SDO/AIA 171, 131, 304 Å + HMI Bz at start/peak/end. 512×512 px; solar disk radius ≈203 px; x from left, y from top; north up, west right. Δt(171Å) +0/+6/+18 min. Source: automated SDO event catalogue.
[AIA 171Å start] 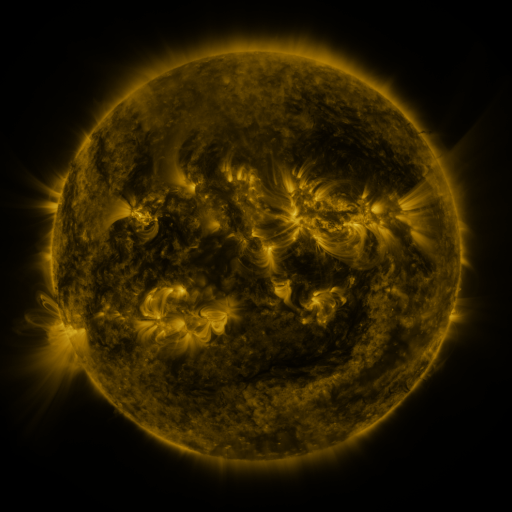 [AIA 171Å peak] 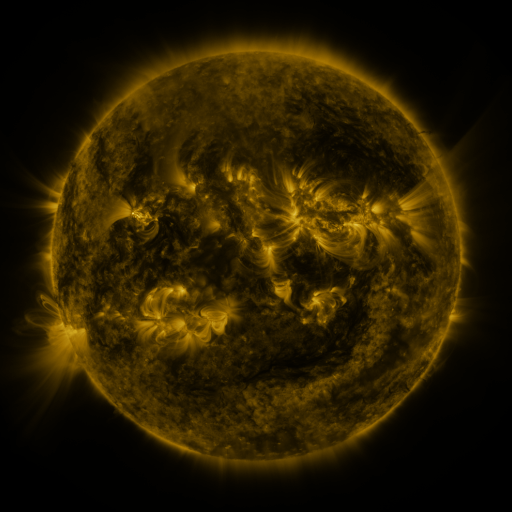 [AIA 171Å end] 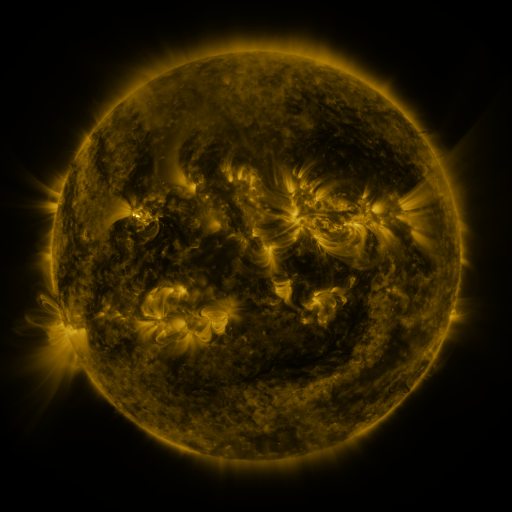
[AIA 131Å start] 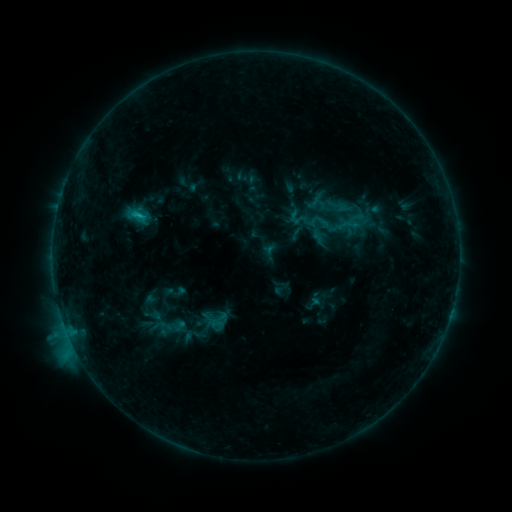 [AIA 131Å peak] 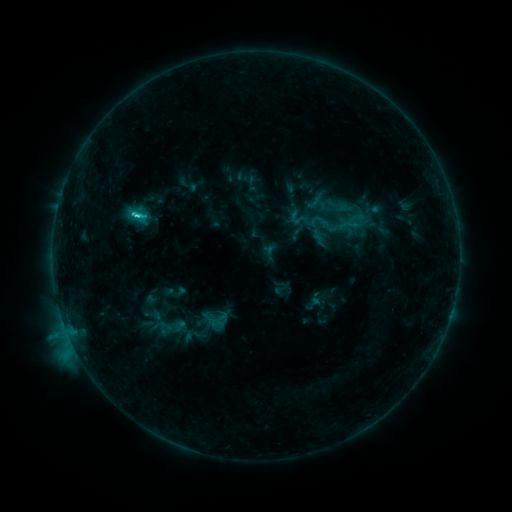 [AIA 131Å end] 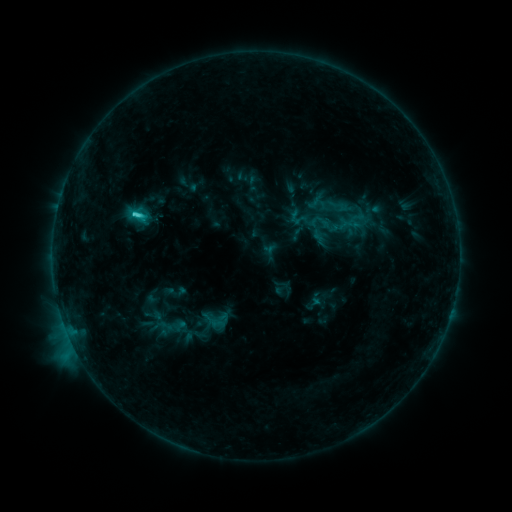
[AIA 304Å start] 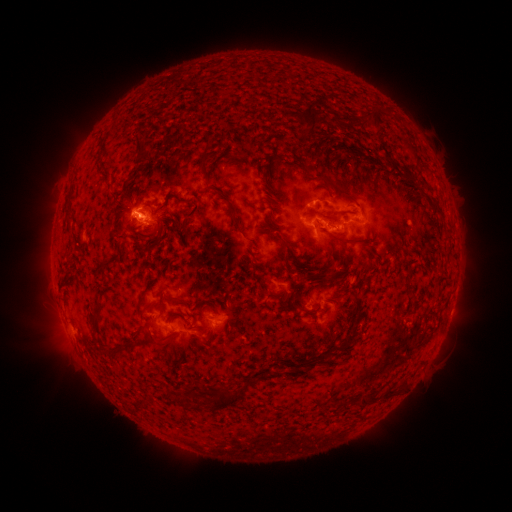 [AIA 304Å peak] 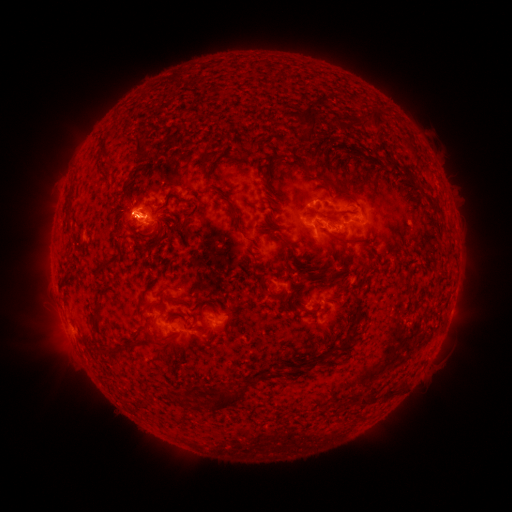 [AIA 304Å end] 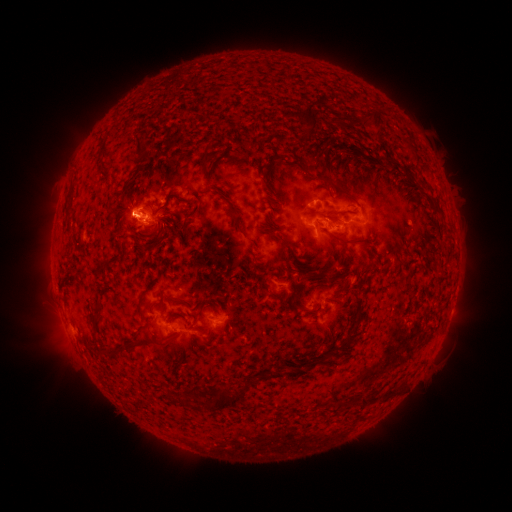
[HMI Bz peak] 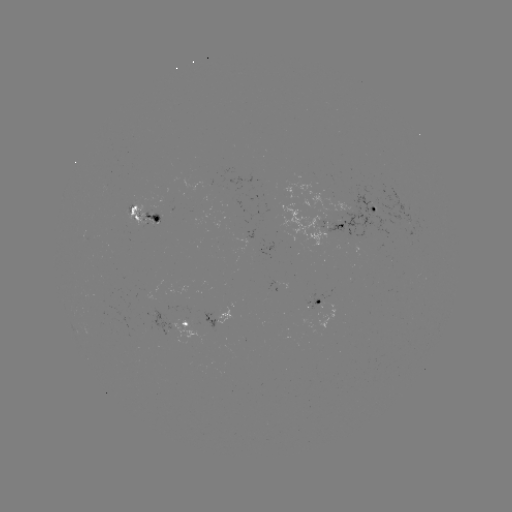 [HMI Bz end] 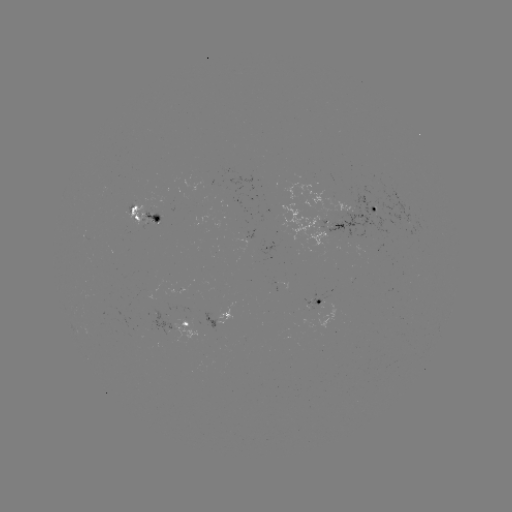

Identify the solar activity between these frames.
C4.9 flare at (139, 216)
